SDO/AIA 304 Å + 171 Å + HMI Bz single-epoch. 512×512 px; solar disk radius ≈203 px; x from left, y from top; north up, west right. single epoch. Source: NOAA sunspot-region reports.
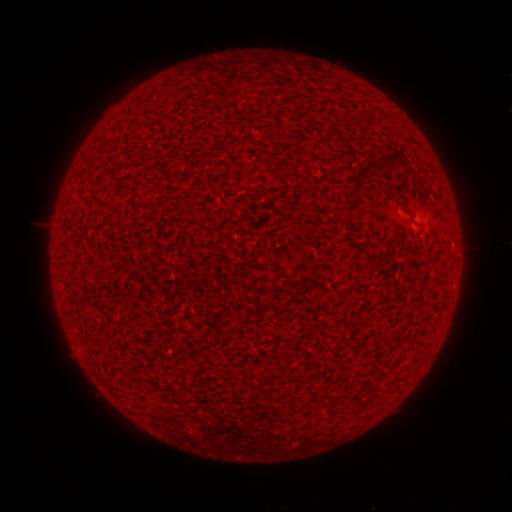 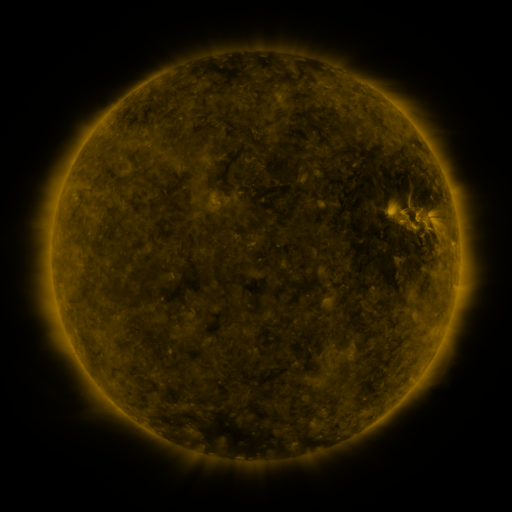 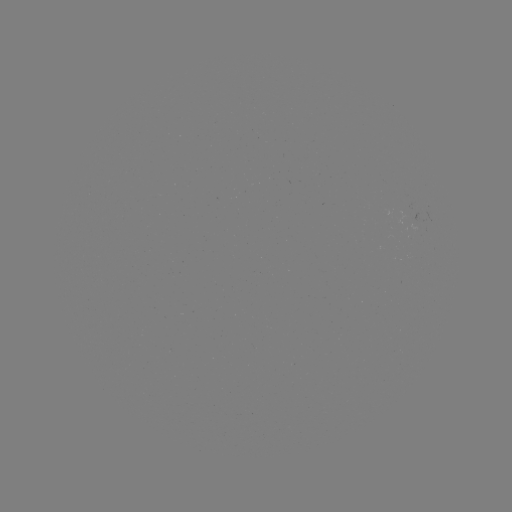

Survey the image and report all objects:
(none)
